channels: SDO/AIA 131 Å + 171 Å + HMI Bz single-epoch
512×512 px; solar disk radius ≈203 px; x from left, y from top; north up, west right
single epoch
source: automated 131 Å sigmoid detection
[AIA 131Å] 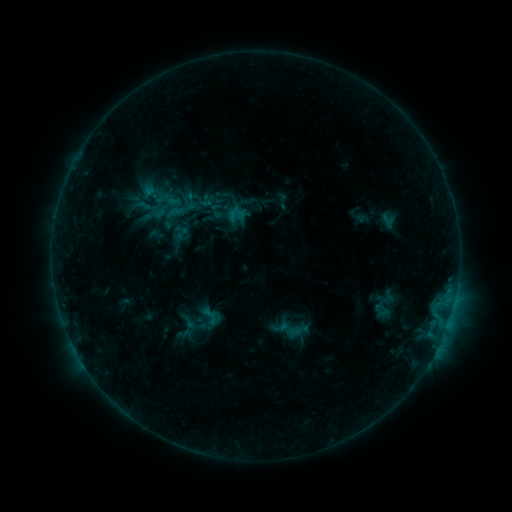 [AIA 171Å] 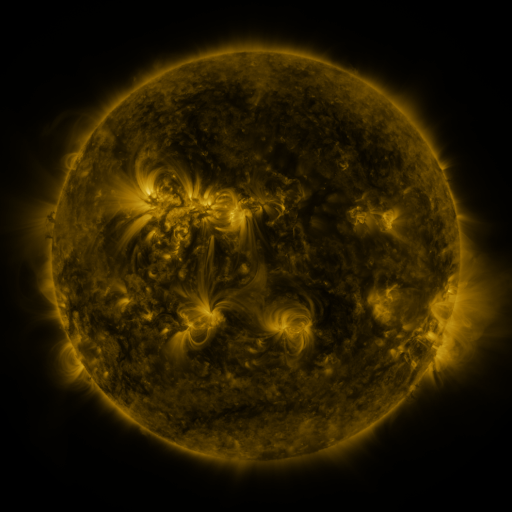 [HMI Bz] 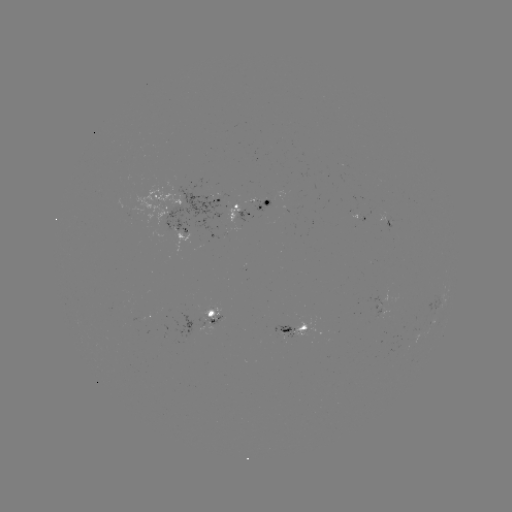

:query sigmoid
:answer (175, 212)